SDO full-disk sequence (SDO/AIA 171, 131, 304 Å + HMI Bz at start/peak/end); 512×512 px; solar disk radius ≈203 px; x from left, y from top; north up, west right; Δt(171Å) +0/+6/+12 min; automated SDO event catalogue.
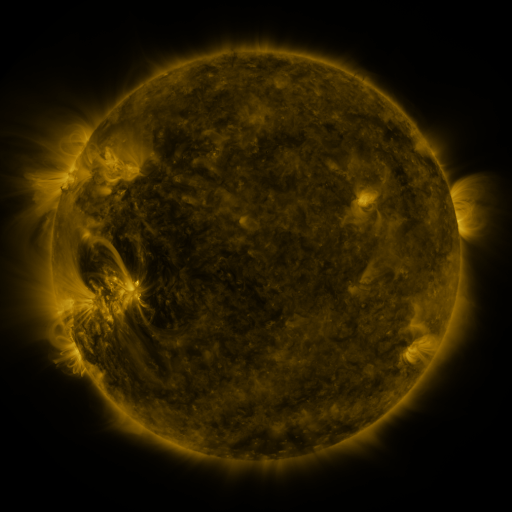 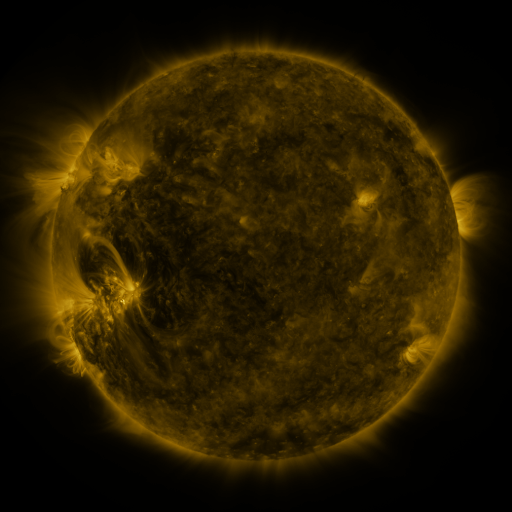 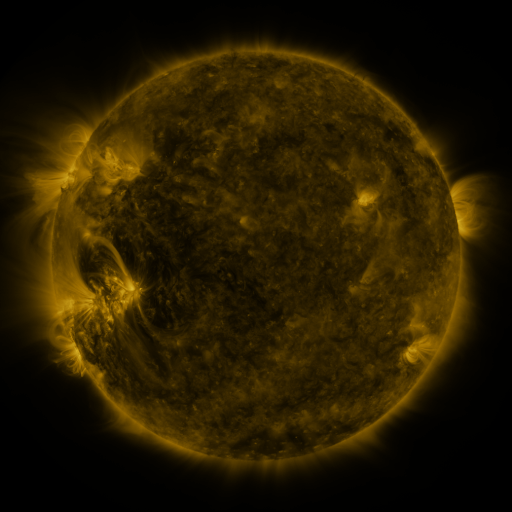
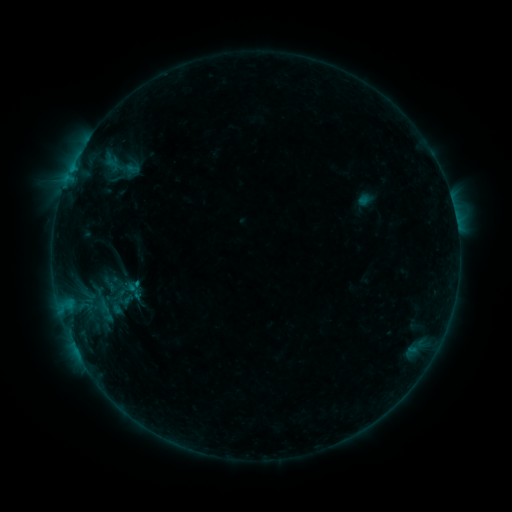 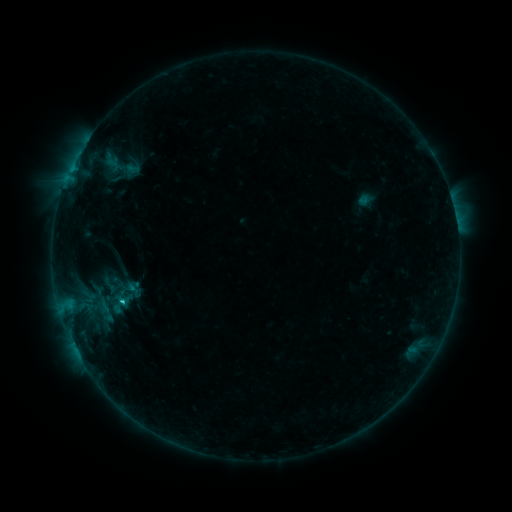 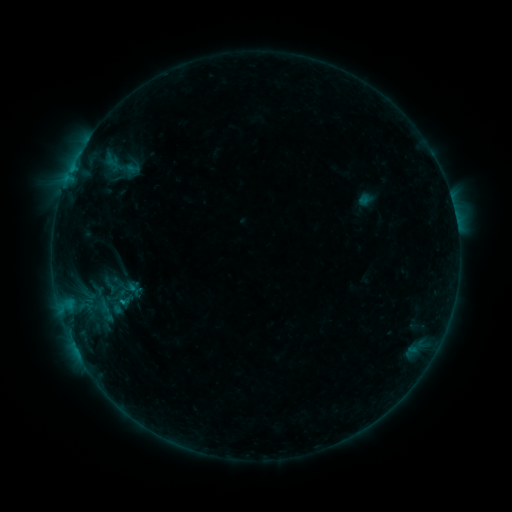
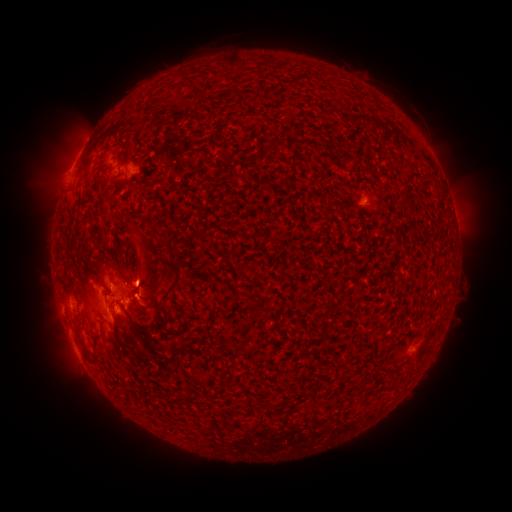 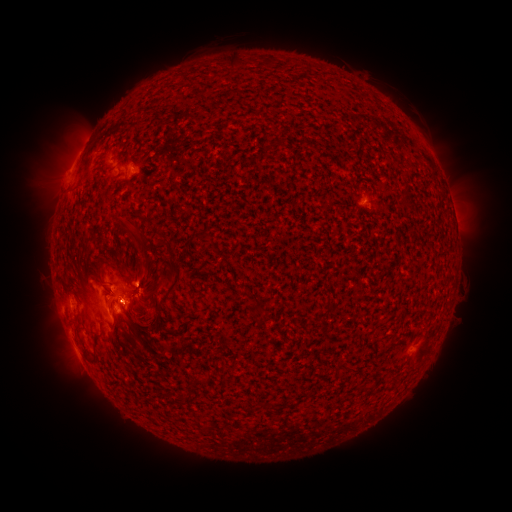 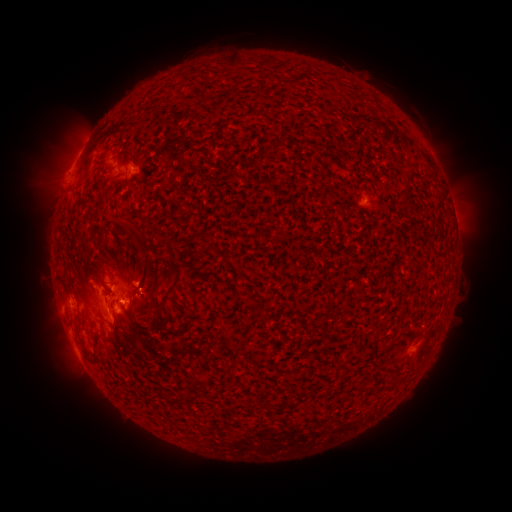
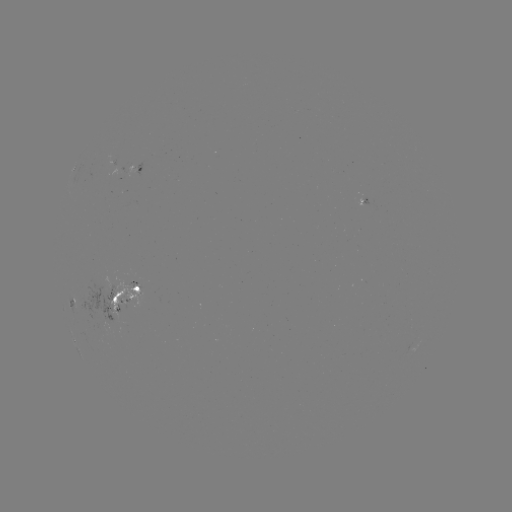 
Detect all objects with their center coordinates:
C1.0 flare: (123, 301)
